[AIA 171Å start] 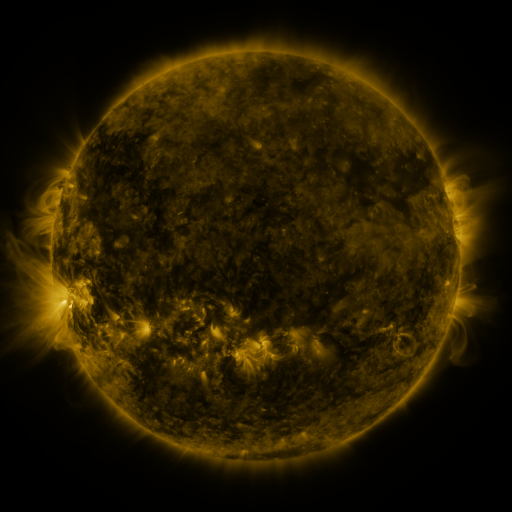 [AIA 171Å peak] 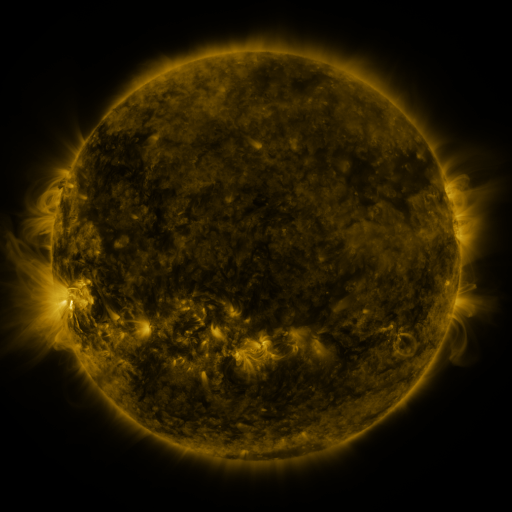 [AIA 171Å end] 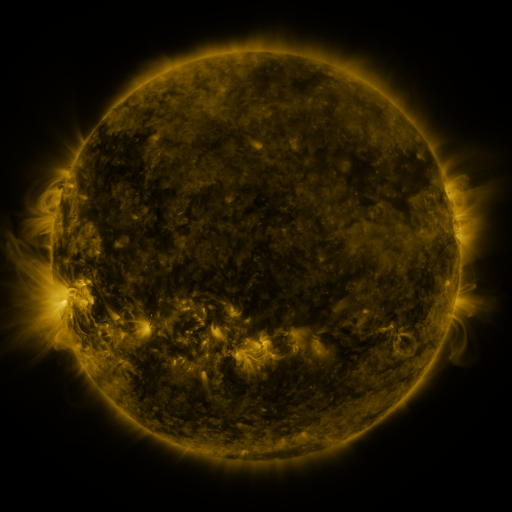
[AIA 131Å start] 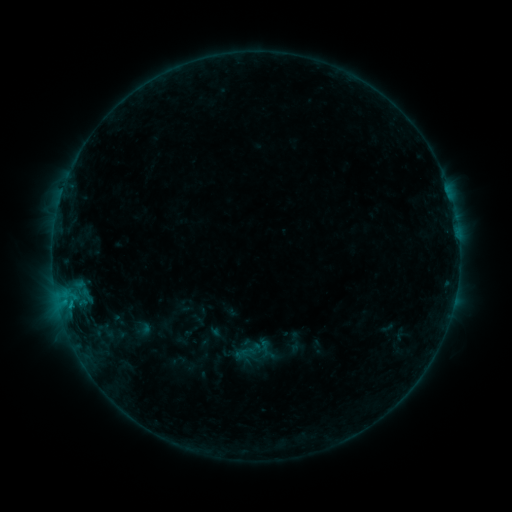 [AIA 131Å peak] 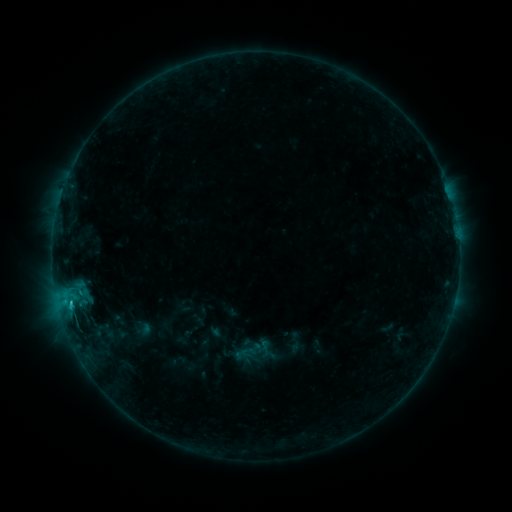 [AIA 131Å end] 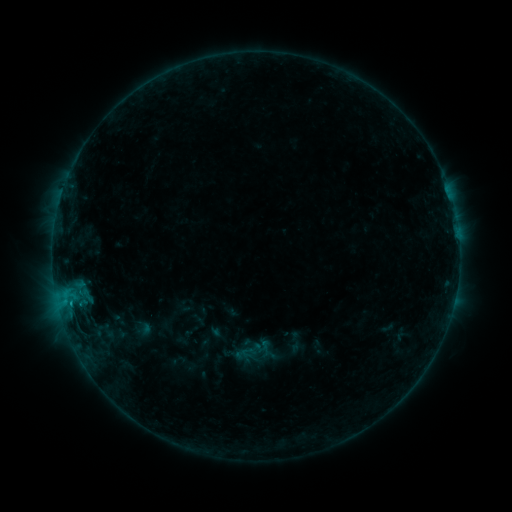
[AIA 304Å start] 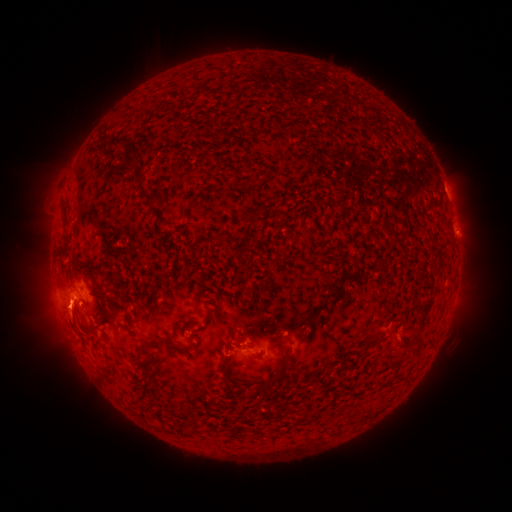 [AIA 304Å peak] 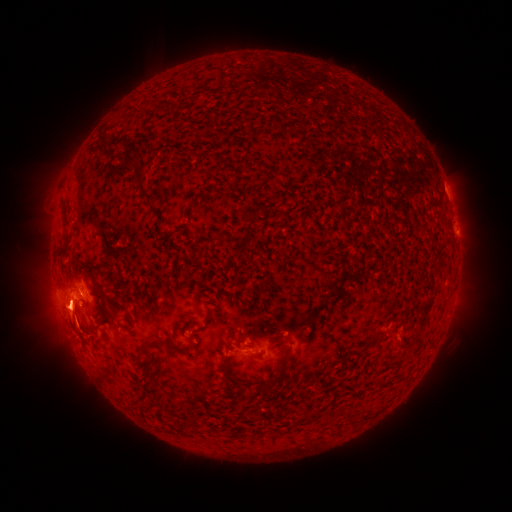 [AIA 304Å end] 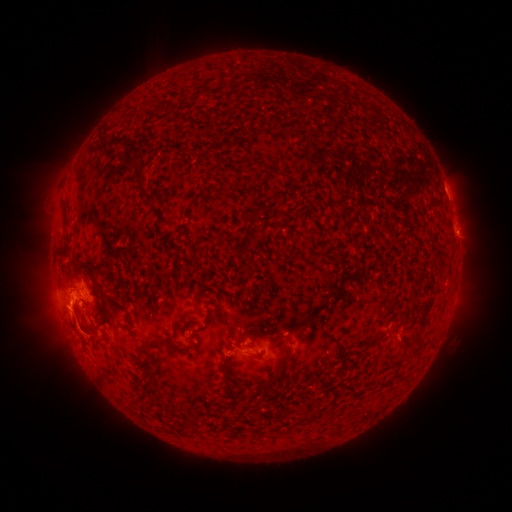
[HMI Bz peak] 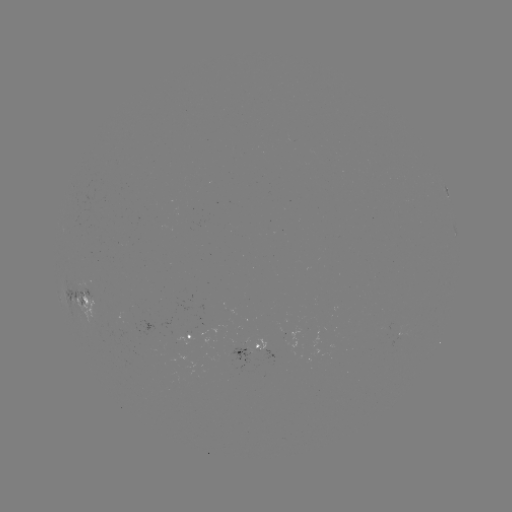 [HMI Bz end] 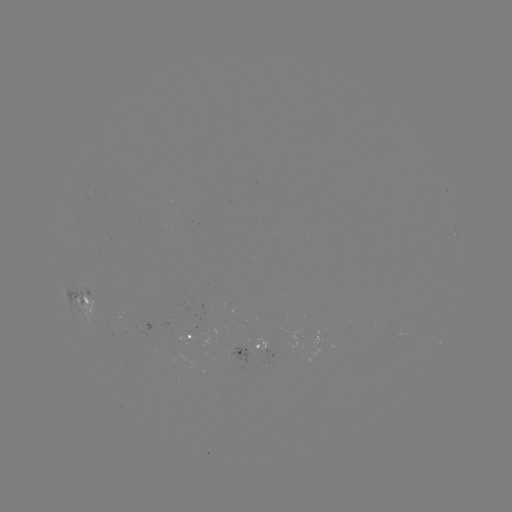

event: eruption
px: (67, 320)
